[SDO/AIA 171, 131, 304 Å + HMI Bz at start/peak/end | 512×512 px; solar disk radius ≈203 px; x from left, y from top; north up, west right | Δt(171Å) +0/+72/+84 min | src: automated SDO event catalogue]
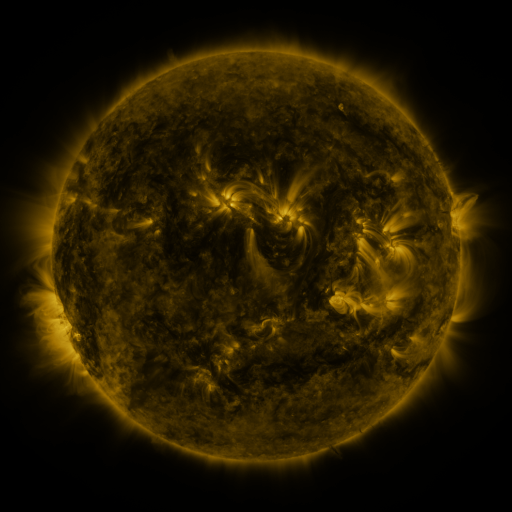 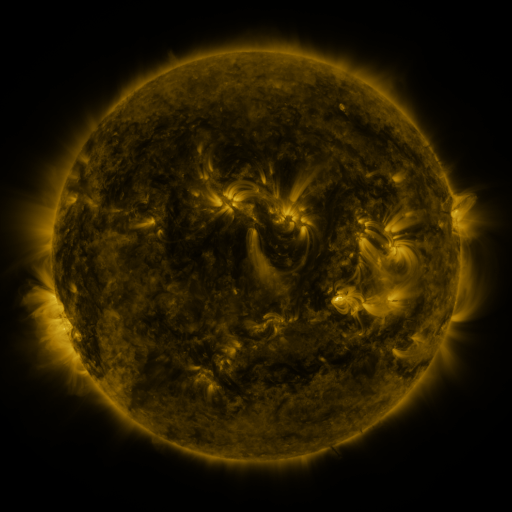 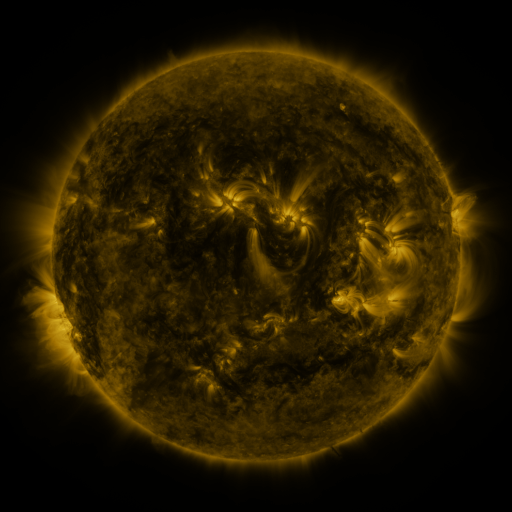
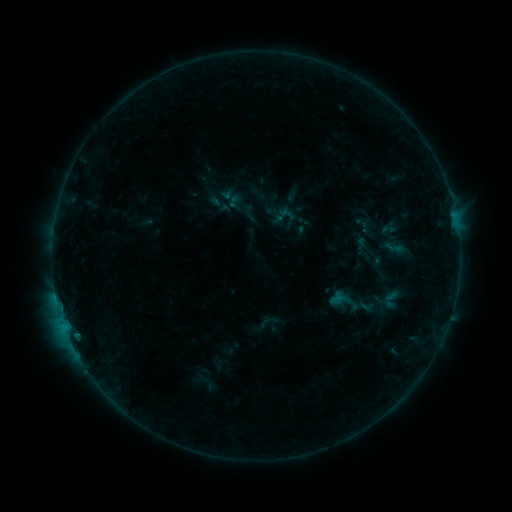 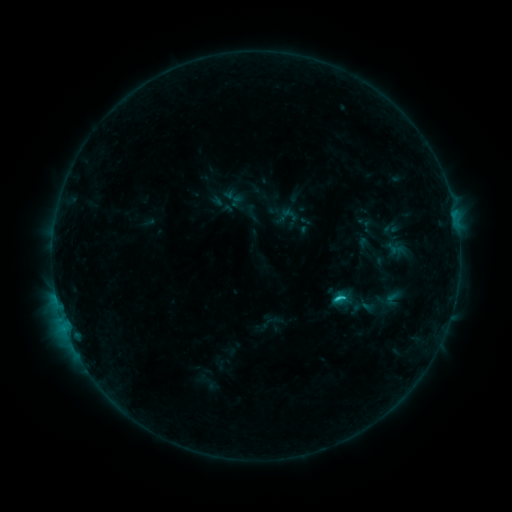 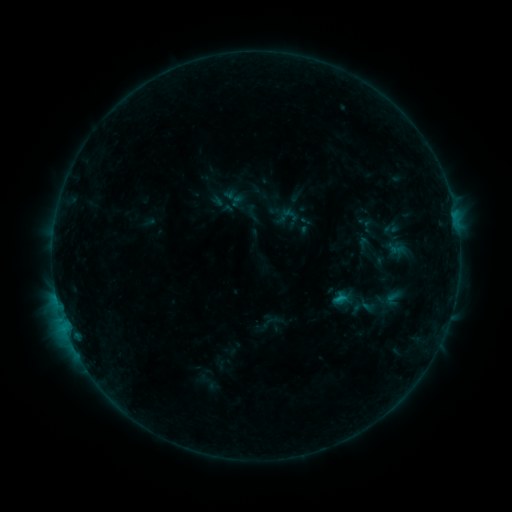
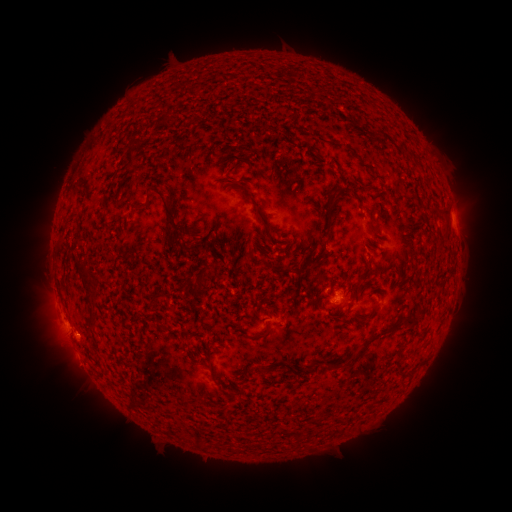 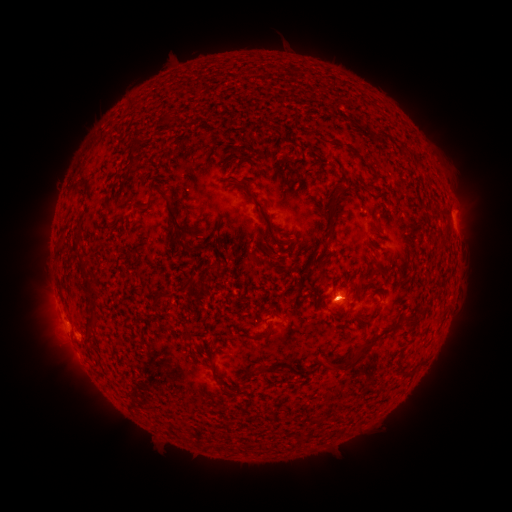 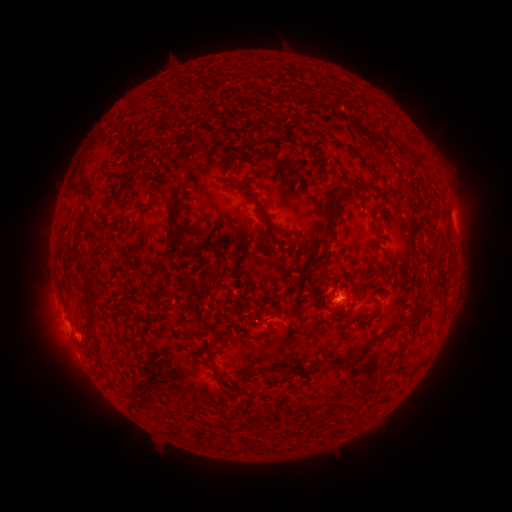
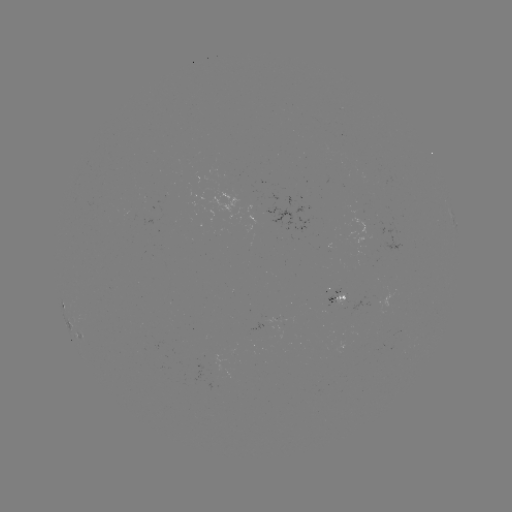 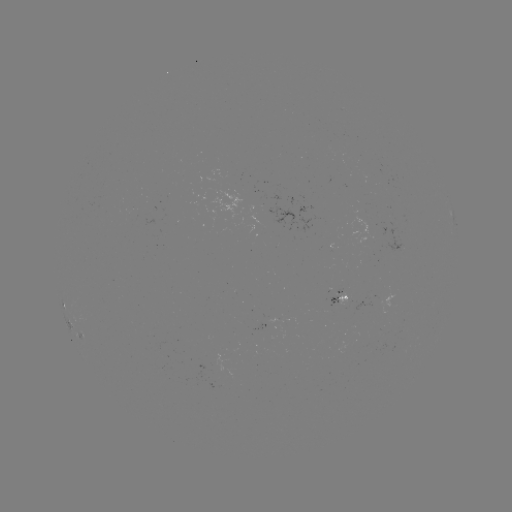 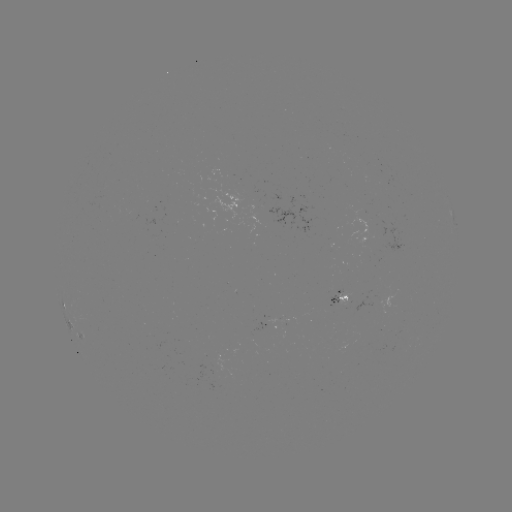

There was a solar emerging-flux region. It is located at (378, 227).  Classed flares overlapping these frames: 2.